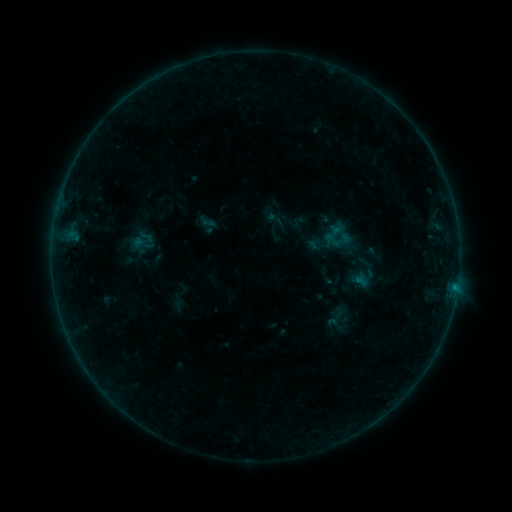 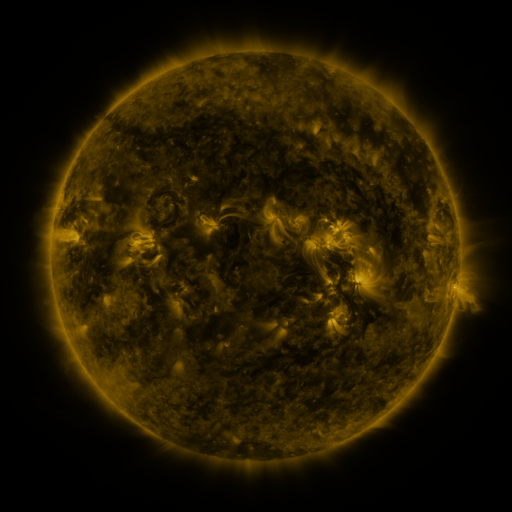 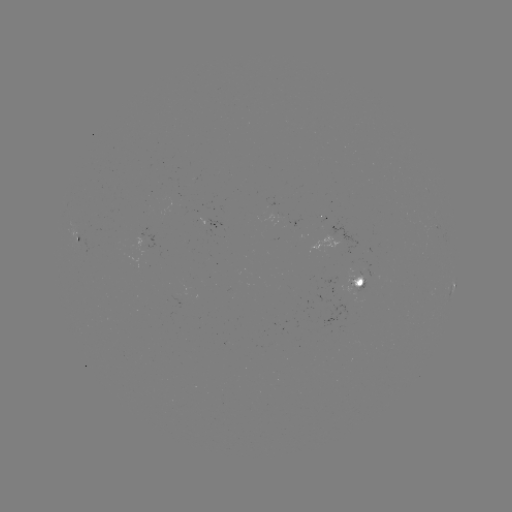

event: sigmoid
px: (333, 240)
